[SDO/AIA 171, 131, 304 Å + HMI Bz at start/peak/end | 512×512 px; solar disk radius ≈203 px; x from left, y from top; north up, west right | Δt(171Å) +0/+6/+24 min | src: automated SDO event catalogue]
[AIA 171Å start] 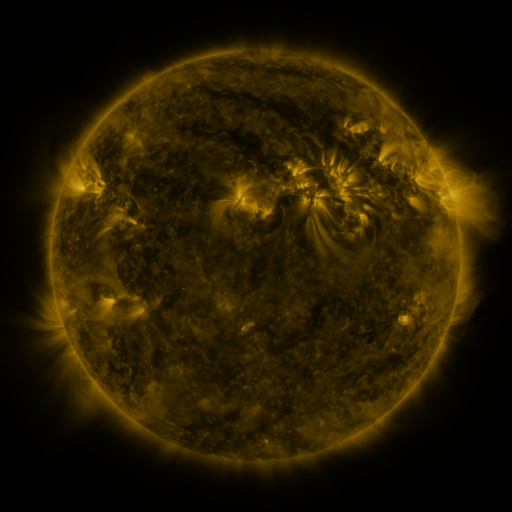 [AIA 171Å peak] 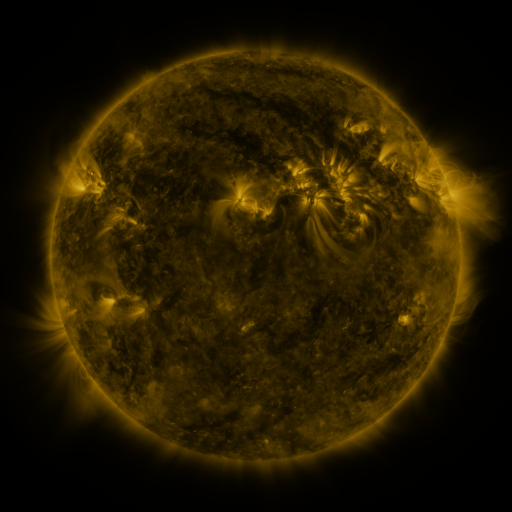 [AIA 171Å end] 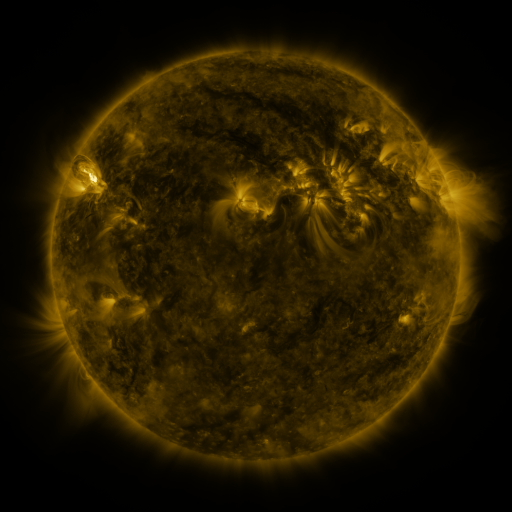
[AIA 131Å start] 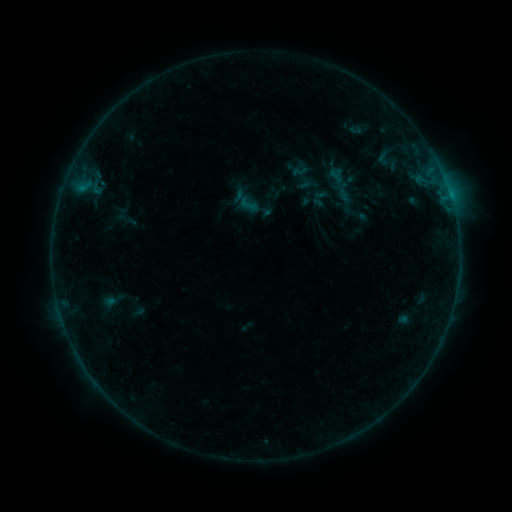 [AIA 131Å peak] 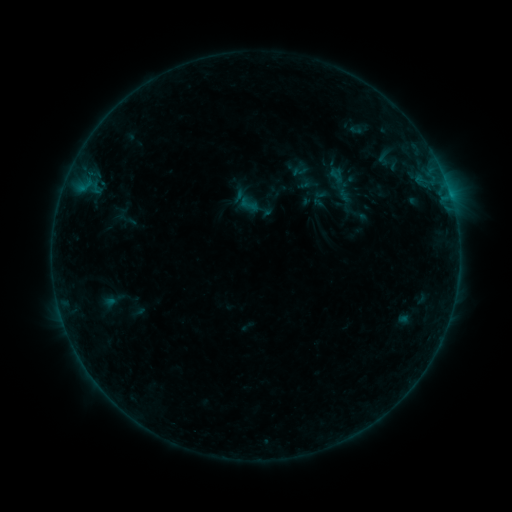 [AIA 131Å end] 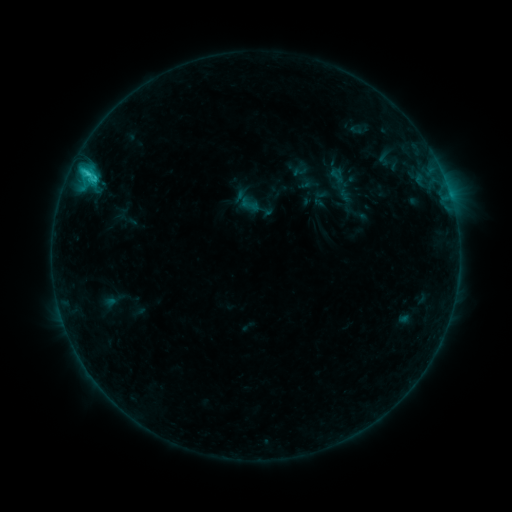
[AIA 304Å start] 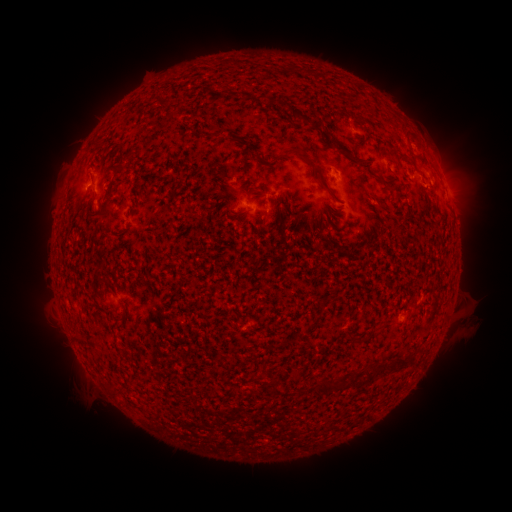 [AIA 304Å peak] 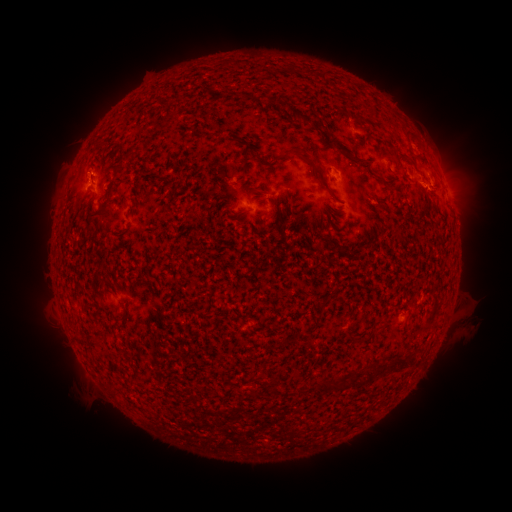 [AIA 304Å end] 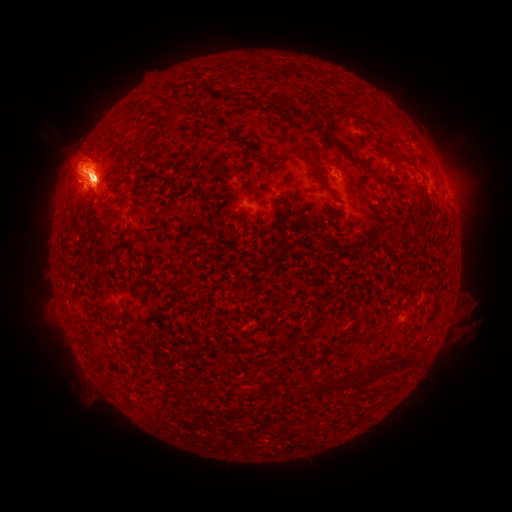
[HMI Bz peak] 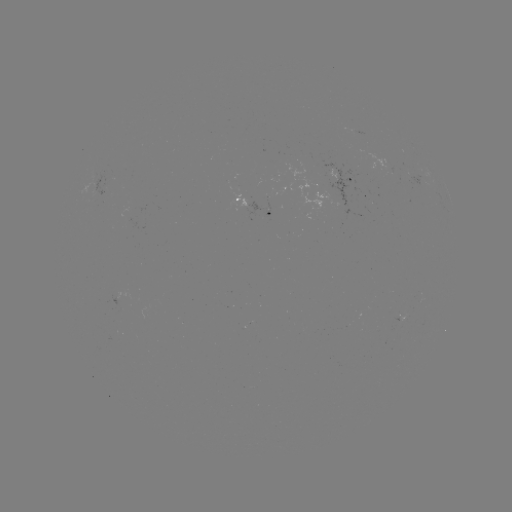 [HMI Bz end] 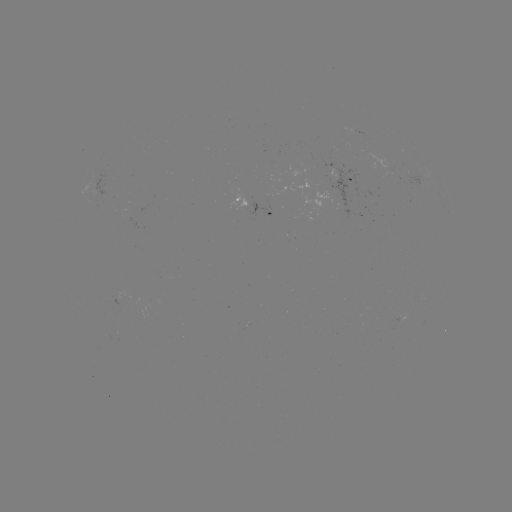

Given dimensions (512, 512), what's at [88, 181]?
C1.8 flare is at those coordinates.